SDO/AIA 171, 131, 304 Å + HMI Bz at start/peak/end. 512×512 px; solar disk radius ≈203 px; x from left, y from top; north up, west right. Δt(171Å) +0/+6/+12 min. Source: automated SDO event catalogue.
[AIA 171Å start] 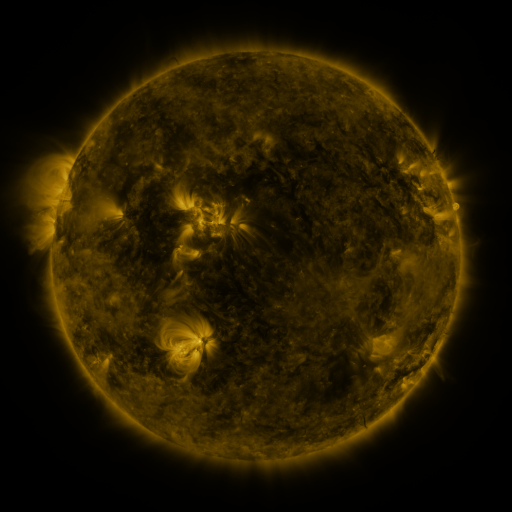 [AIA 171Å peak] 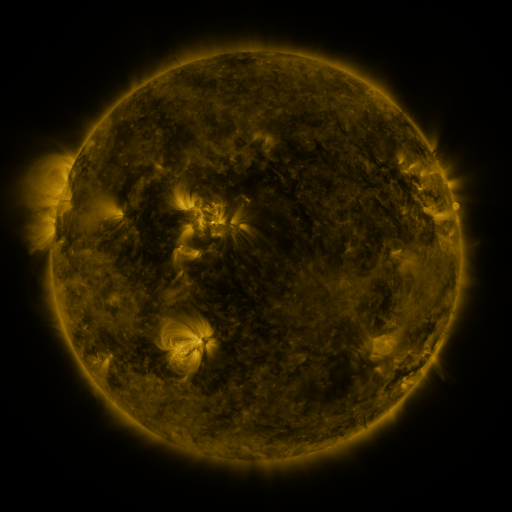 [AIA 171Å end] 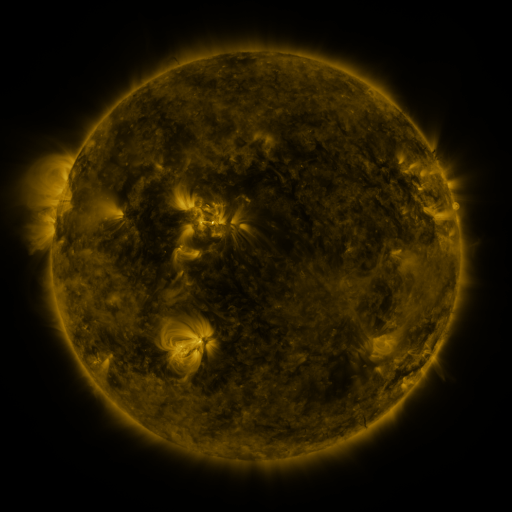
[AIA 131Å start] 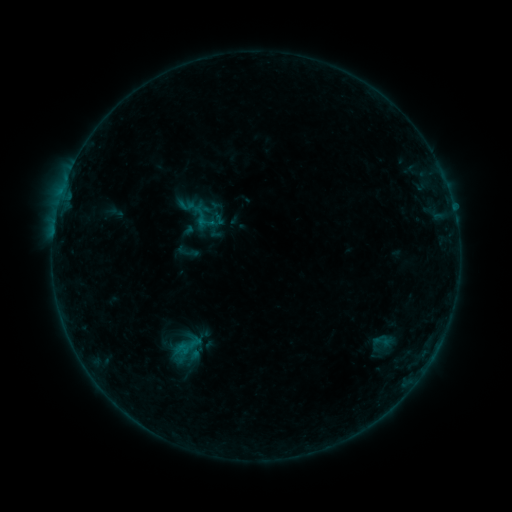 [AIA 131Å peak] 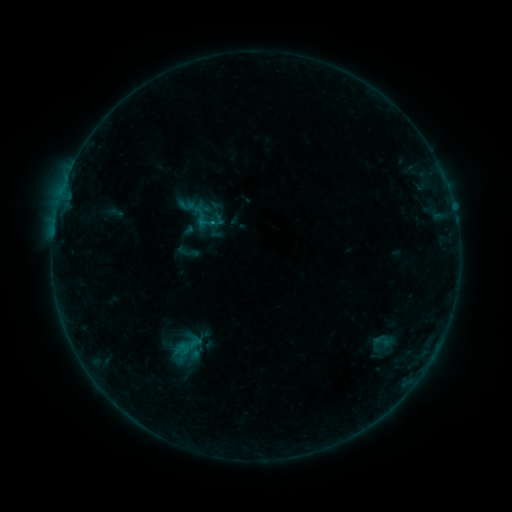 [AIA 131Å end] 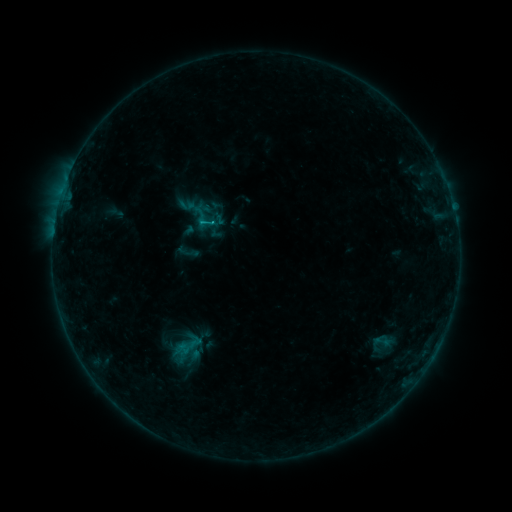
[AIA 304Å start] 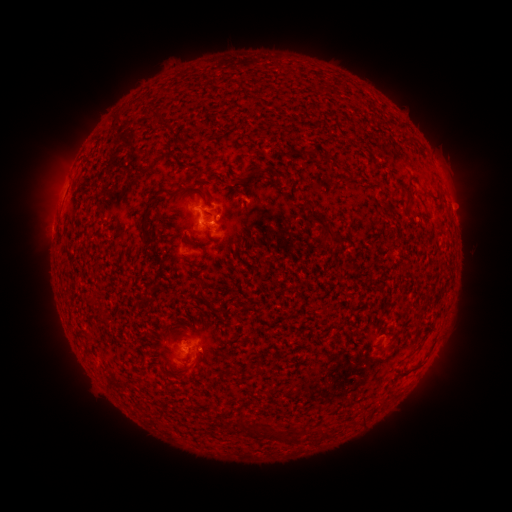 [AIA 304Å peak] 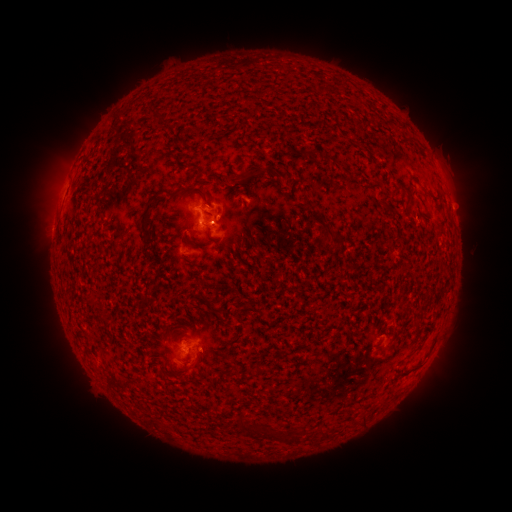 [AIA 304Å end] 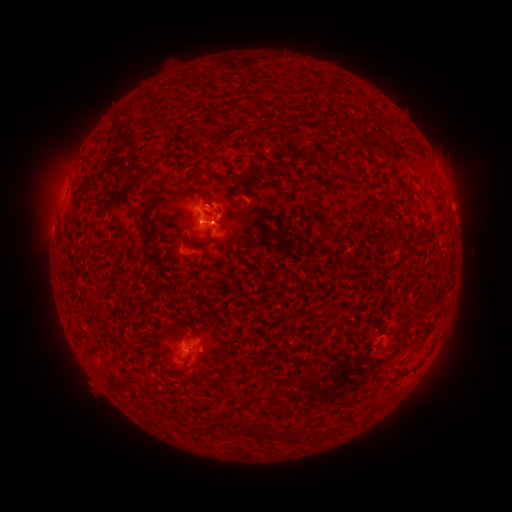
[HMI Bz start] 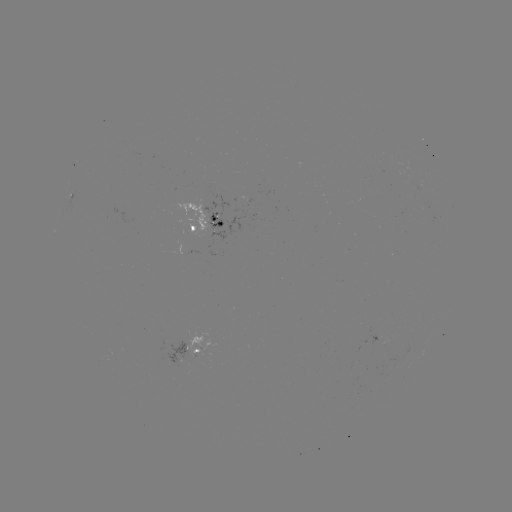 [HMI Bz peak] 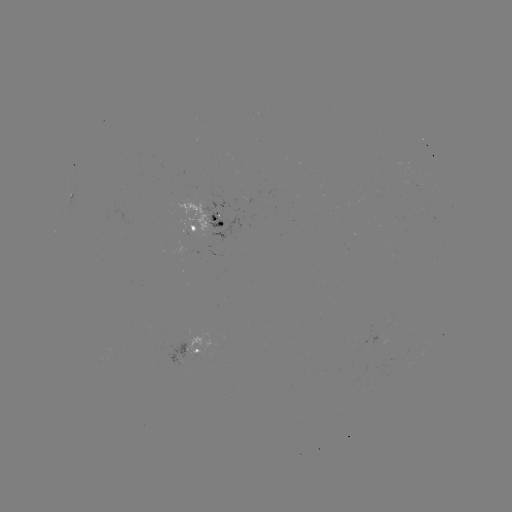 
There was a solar flare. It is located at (211, 223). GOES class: B7.1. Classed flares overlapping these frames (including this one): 1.